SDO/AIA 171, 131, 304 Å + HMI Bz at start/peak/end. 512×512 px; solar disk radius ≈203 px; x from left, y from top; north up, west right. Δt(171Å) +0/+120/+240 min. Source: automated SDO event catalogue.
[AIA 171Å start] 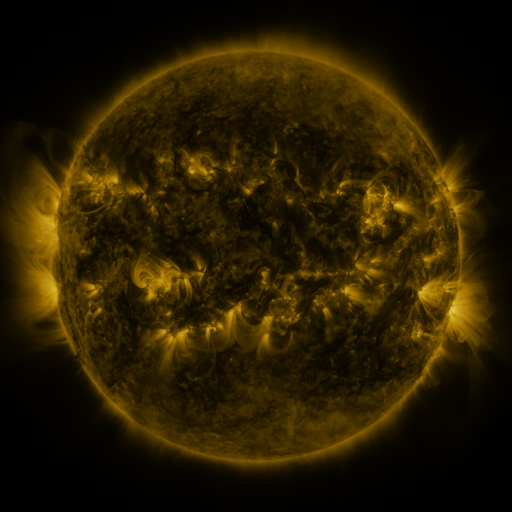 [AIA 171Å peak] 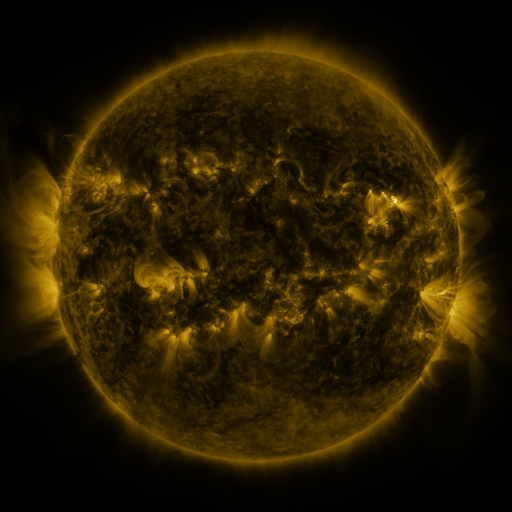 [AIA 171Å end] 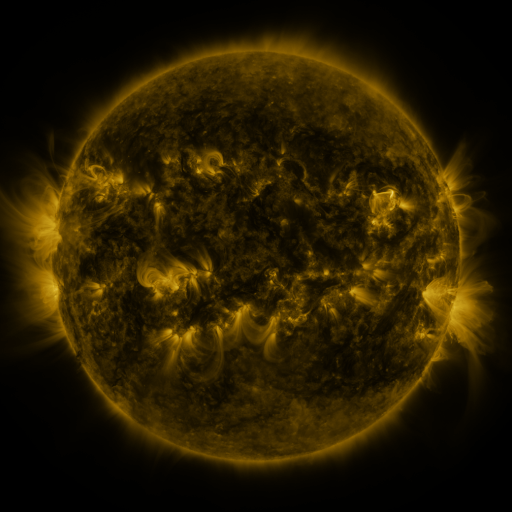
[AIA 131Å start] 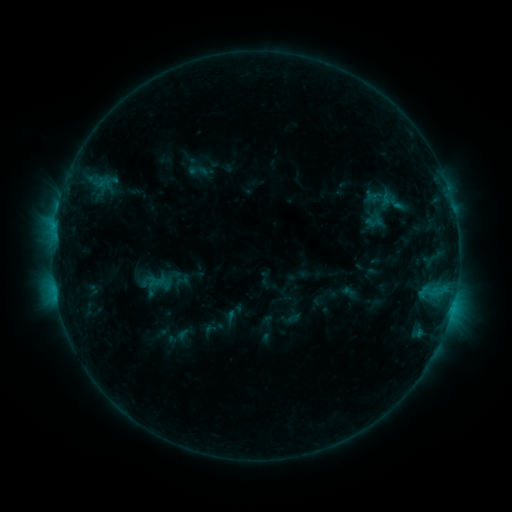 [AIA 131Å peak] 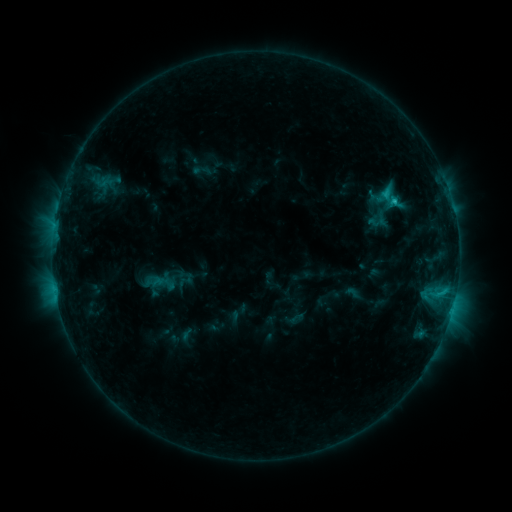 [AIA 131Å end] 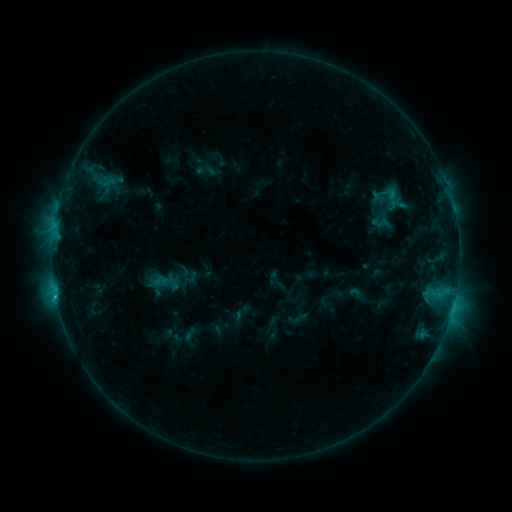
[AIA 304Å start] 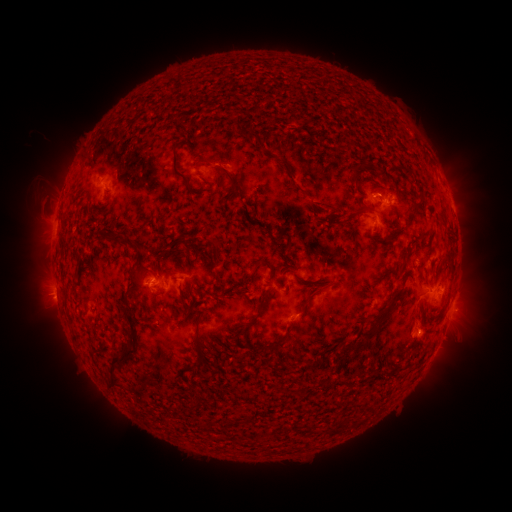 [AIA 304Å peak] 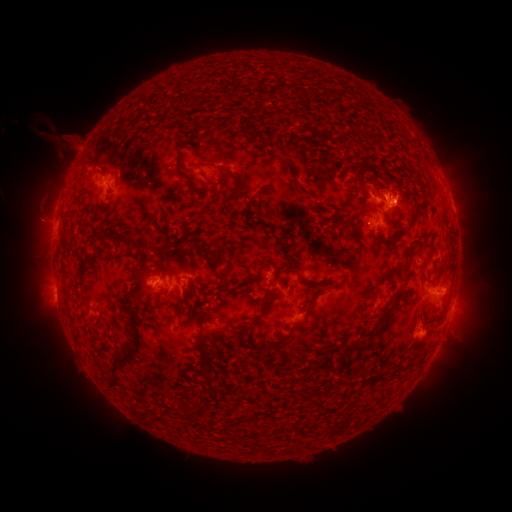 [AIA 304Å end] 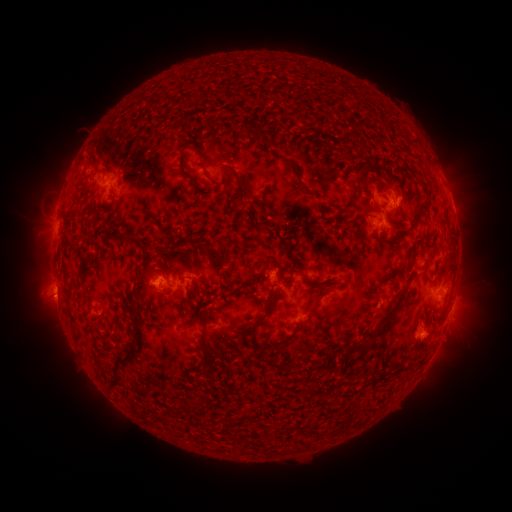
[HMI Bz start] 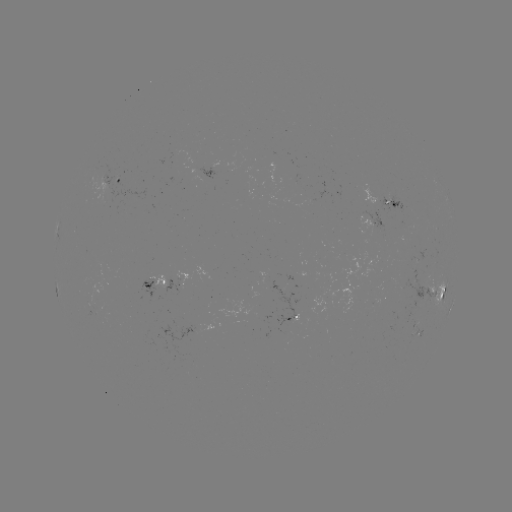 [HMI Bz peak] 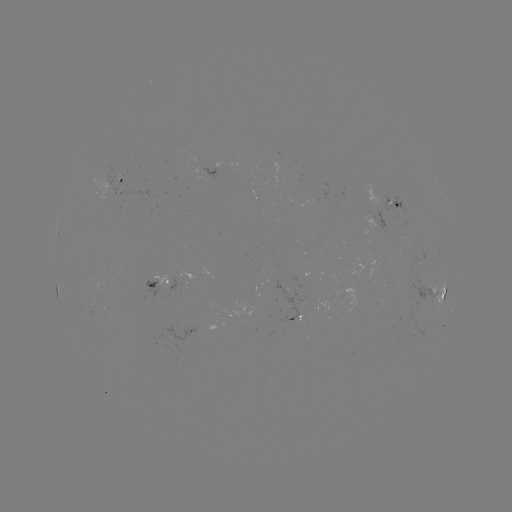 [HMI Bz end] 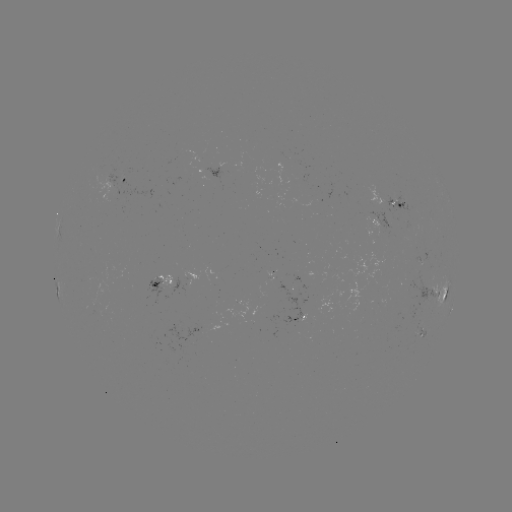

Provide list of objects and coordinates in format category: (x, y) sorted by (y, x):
filament eruption: (61, 144)
